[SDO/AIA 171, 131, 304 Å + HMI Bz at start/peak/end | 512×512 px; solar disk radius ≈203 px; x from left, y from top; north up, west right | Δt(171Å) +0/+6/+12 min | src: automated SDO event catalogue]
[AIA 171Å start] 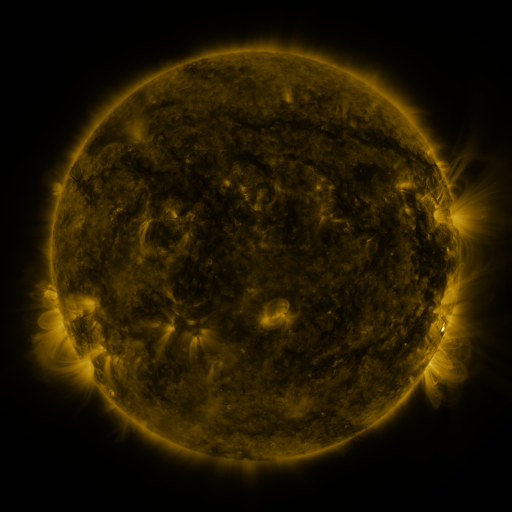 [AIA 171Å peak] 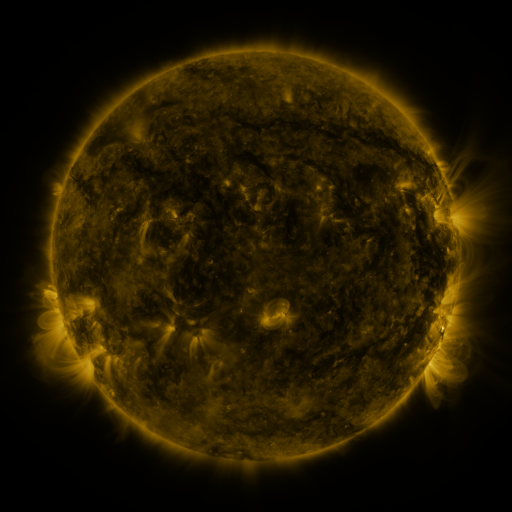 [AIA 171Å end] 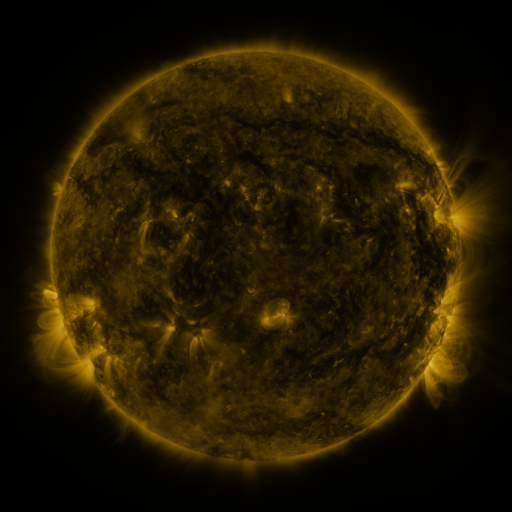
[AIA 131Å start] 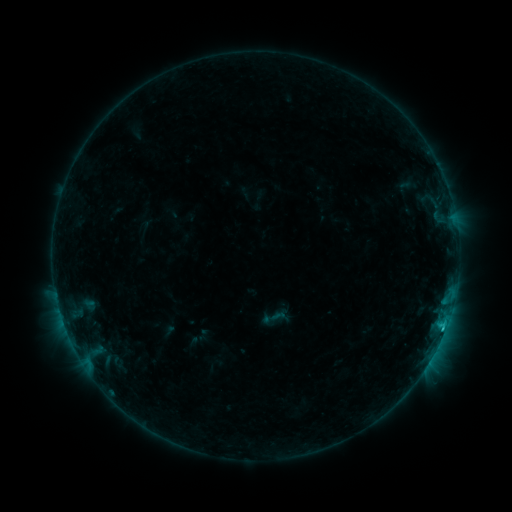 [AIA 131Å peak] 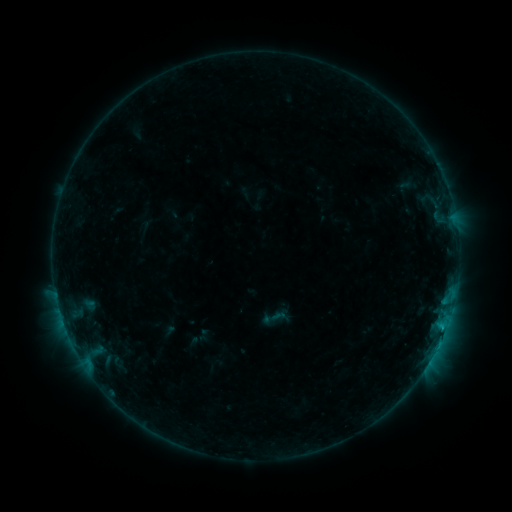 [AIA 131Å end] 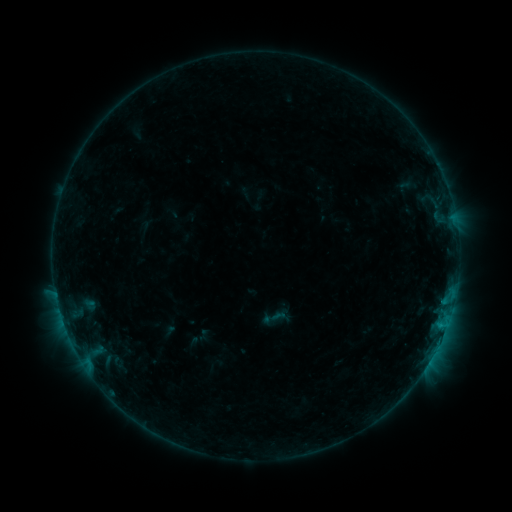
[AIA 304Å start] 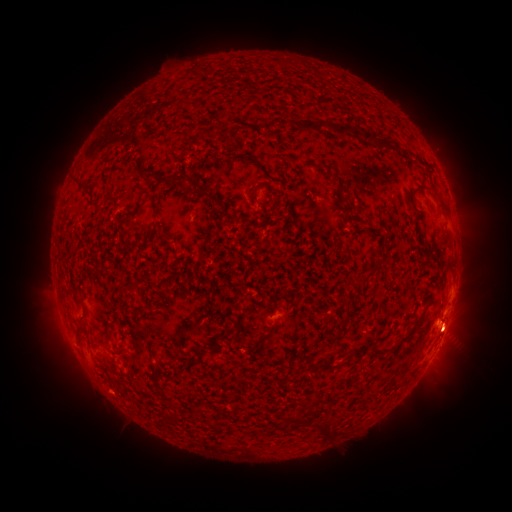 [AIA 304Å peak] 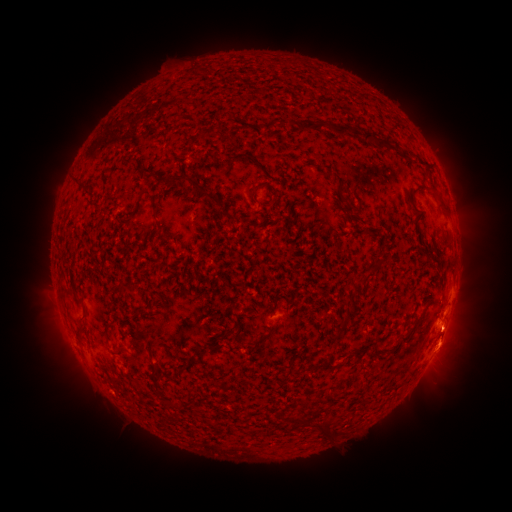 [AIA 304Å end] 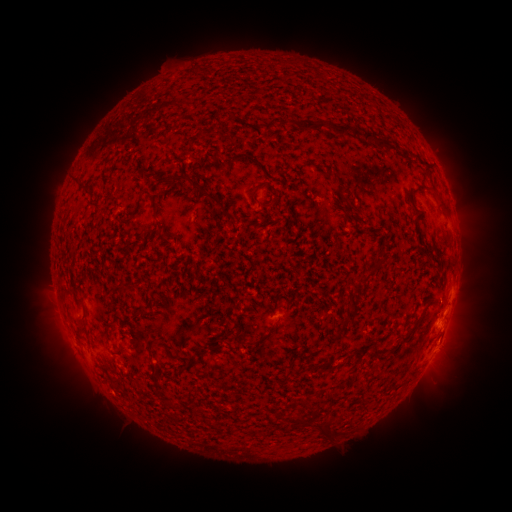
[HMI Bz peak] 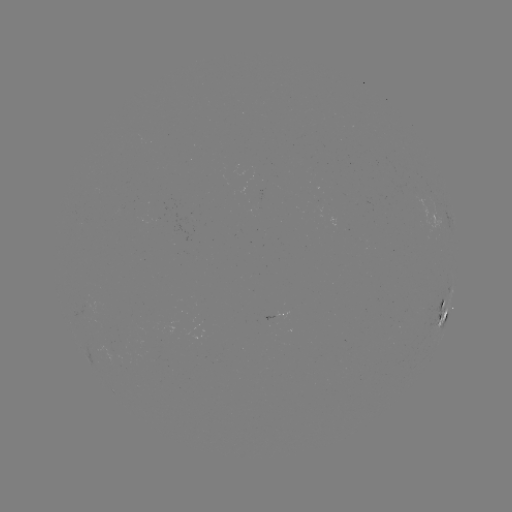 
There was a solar eruption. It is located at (453, 343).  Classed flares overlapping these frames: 1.